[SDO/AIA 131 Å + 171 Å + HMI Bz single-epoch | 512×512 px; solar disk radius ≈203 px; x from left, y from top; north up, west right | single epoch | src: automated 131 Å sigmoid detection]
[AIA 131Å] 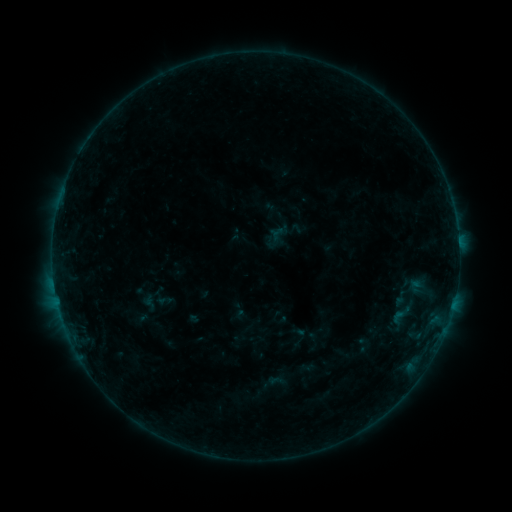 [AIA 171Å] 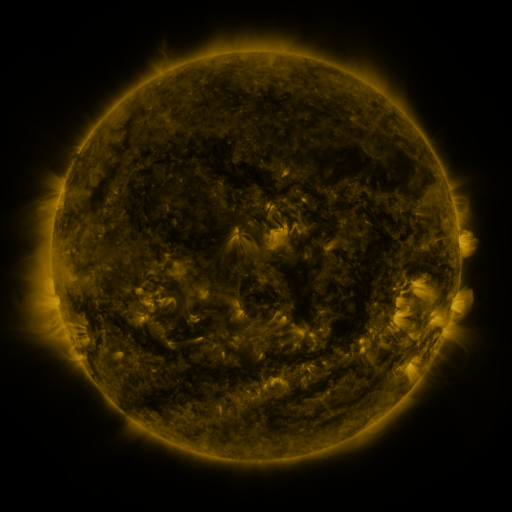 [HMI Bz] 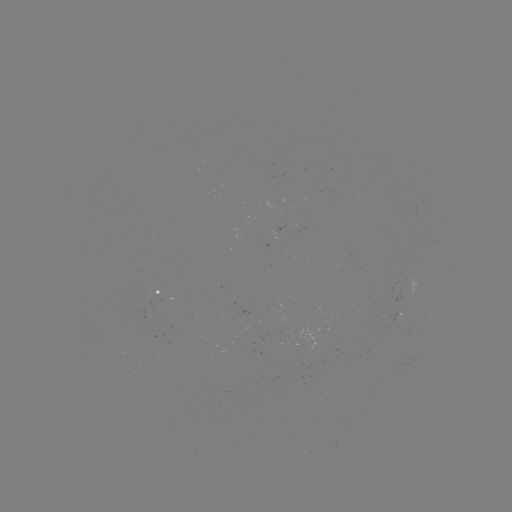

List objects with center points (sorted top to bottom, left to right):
sigmoid: (402, 315)
